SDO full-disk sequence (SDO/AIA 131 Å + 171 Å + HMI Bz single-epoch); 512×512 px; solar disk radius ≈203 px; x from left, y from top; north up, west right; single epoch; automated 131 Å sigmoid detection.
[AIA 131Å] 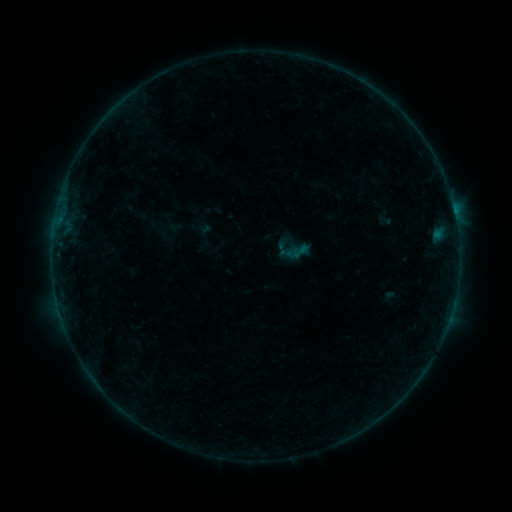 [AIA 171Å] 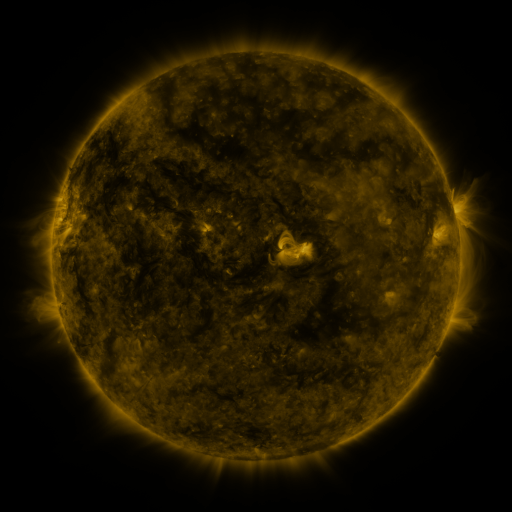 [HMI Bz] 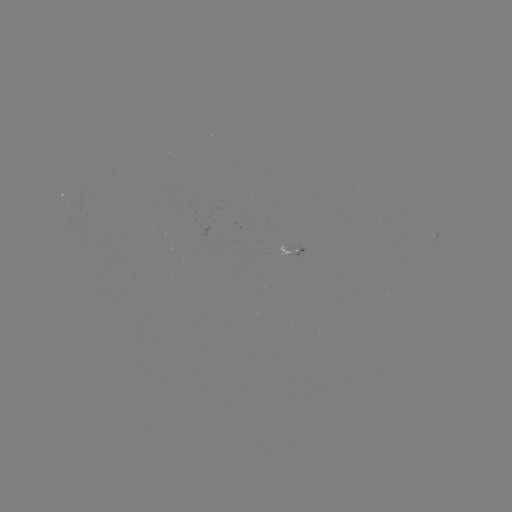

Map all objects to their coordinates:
sigmoid: <bbox>289, 241, 311, 262</bbox>
